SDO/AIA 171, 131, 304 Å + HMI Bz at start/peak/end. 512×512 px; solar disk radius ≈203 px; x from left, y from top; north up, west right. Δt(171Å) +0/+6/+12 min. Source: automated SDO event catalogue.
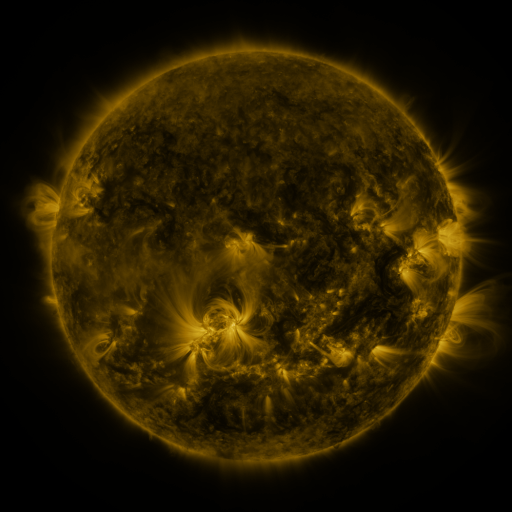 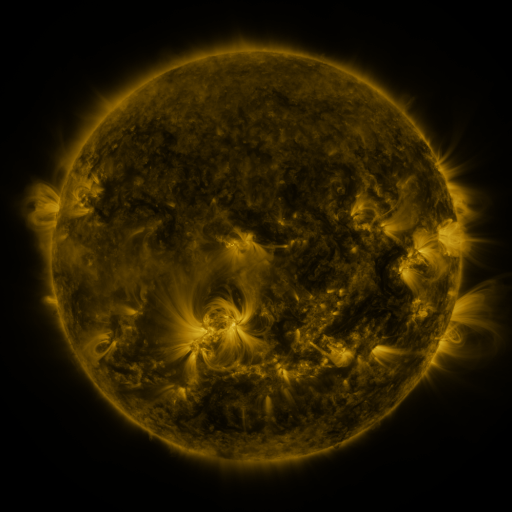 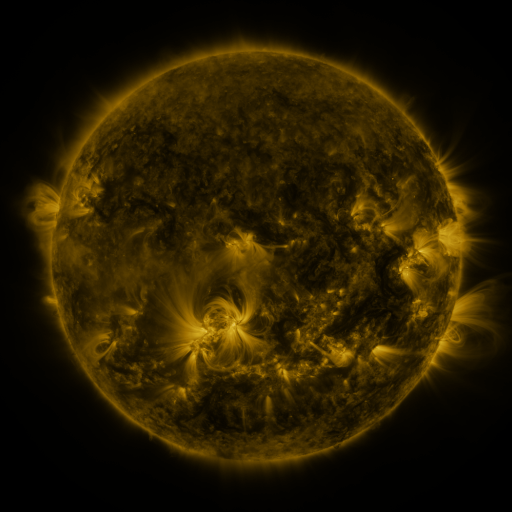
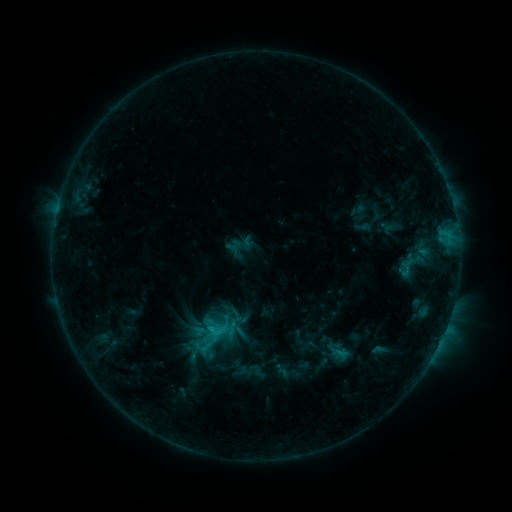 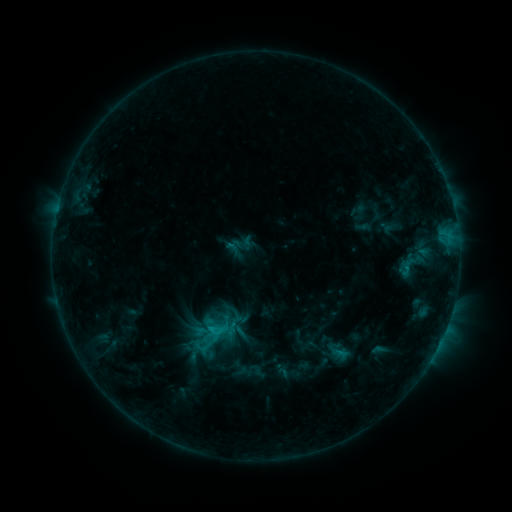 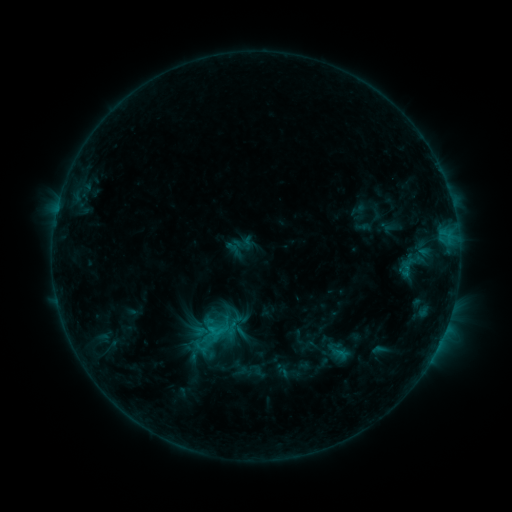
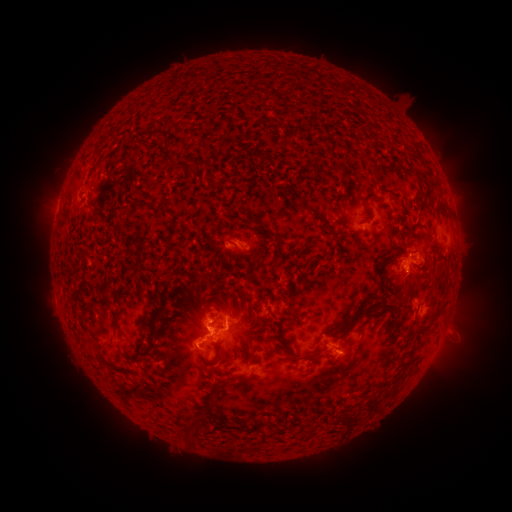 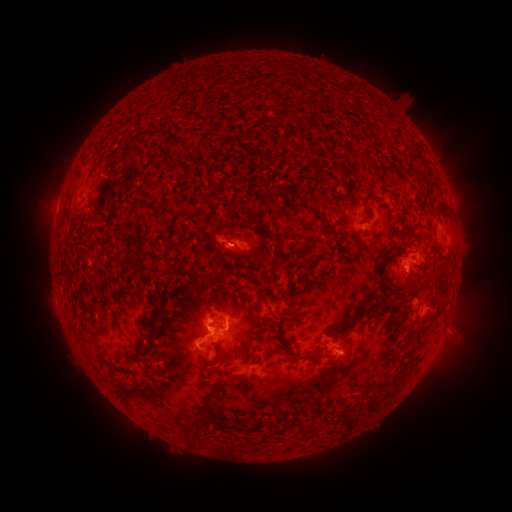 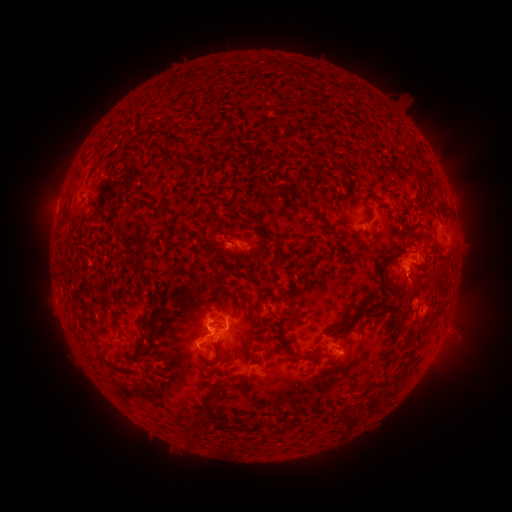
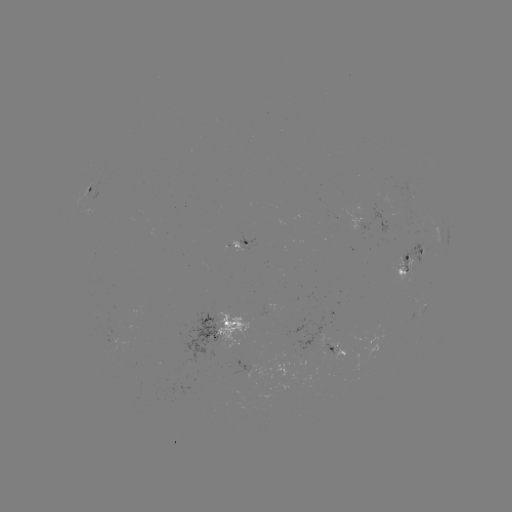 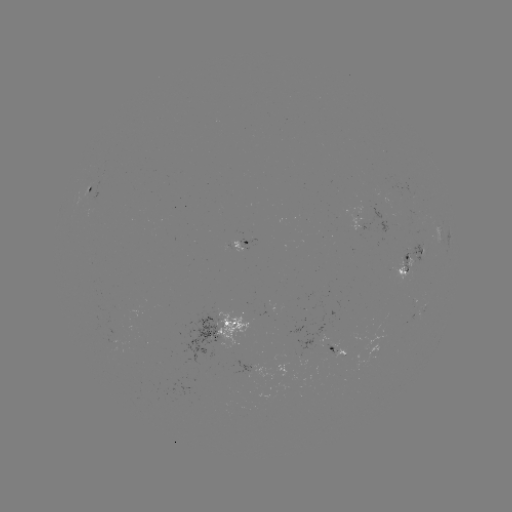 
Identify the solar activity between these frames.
eruption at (218, 241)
